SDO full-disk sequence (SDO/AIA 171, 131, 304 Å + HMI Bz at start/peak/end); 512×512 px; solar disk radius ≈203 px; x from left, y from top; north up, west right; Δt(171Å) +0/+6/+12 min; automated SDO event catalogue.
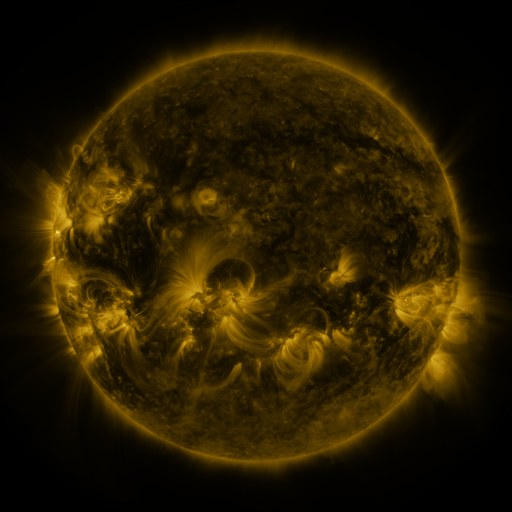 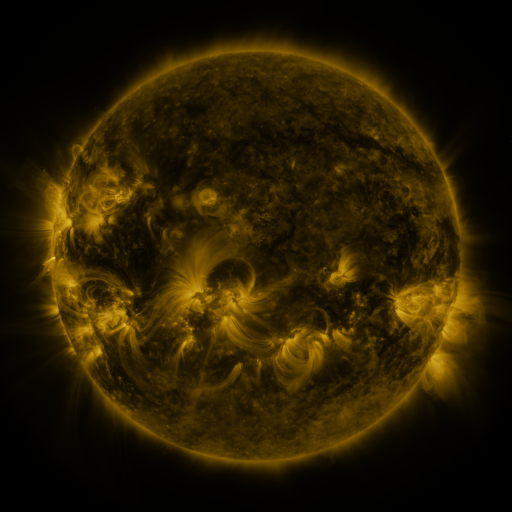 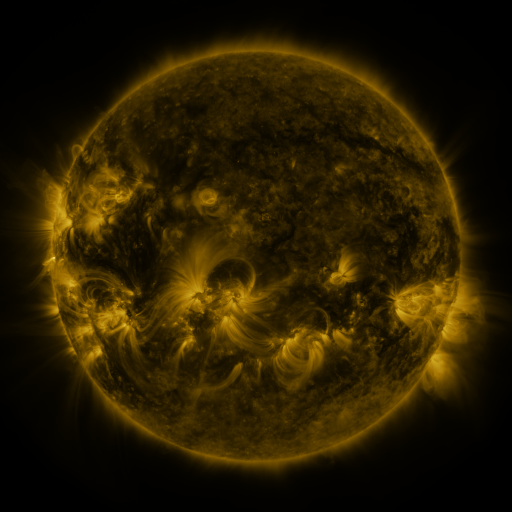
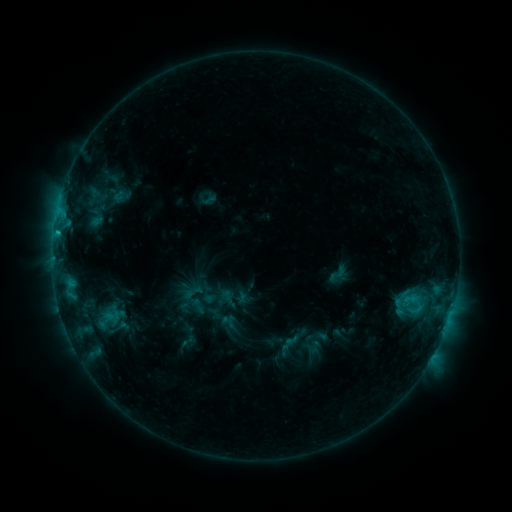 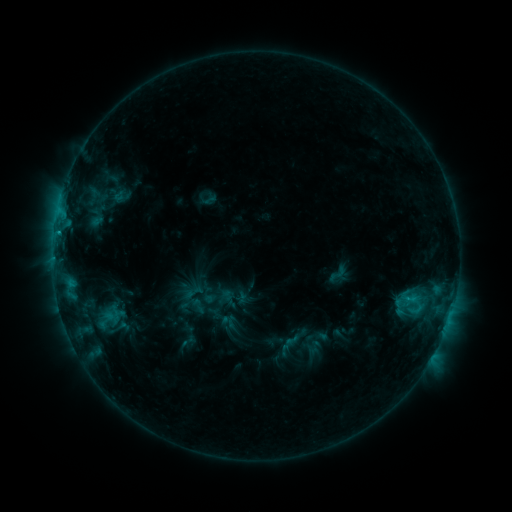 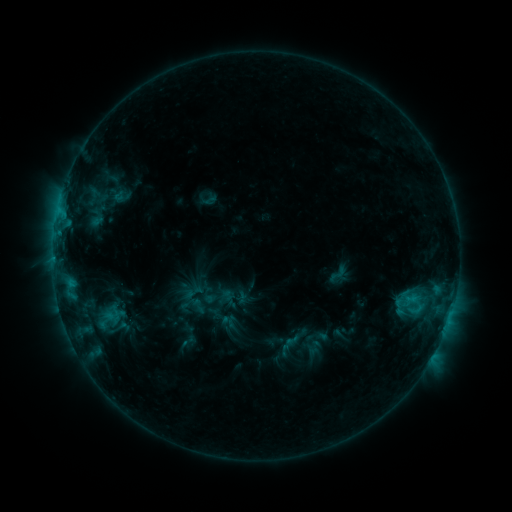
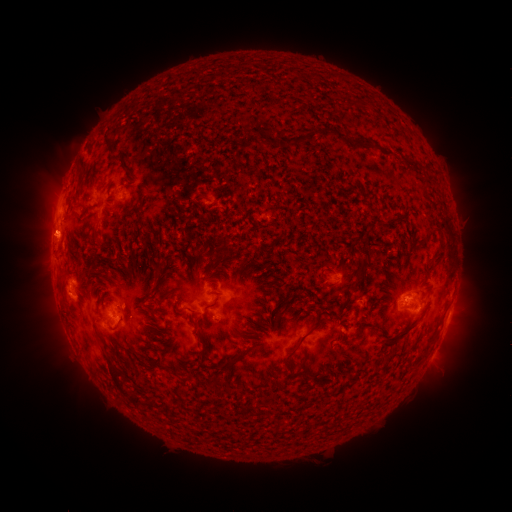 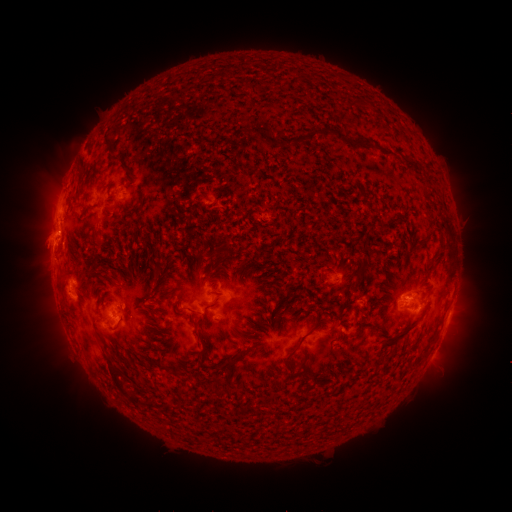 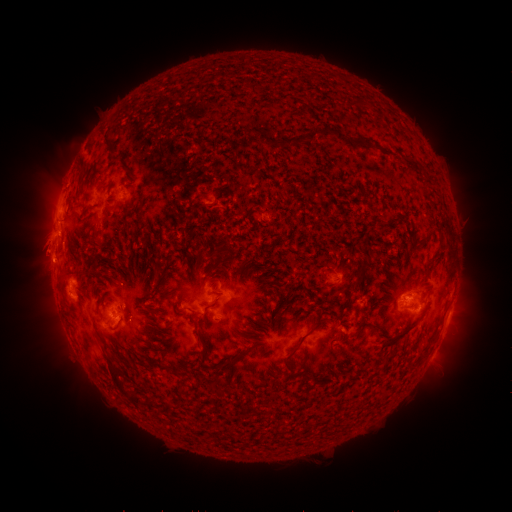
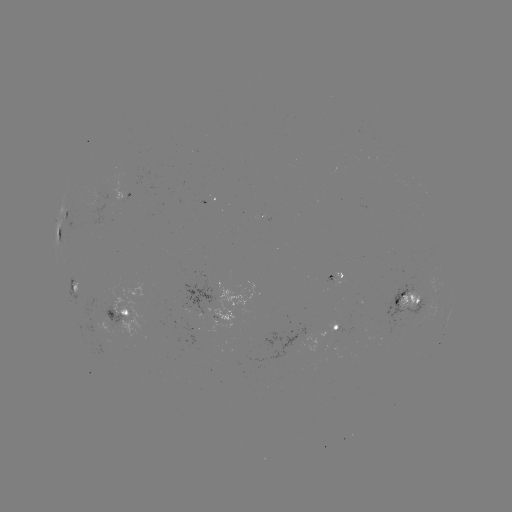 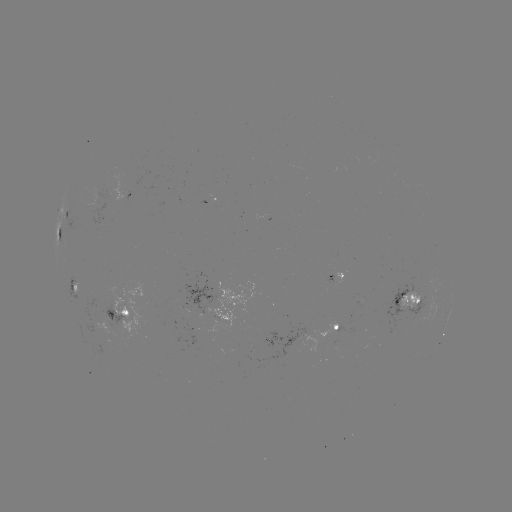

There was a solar eruption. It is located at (45, 201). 